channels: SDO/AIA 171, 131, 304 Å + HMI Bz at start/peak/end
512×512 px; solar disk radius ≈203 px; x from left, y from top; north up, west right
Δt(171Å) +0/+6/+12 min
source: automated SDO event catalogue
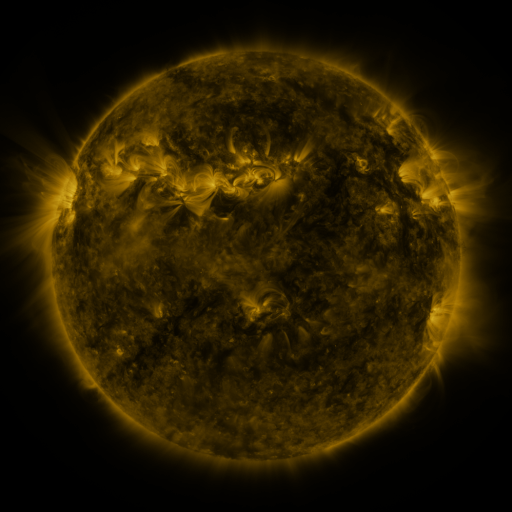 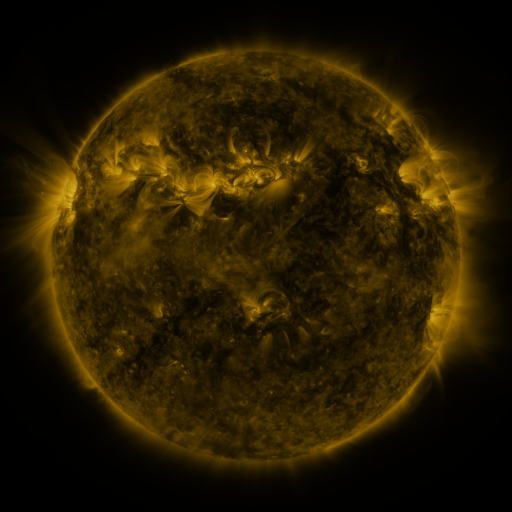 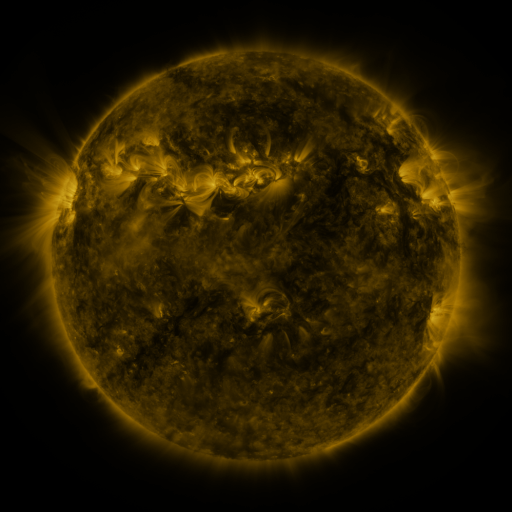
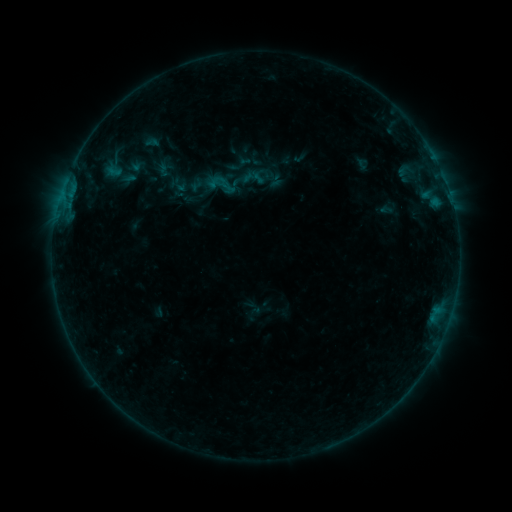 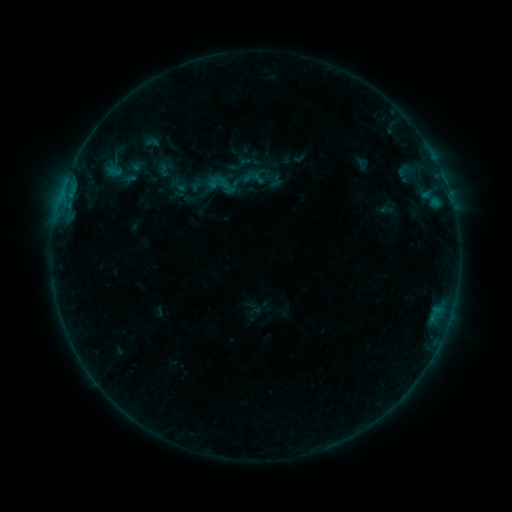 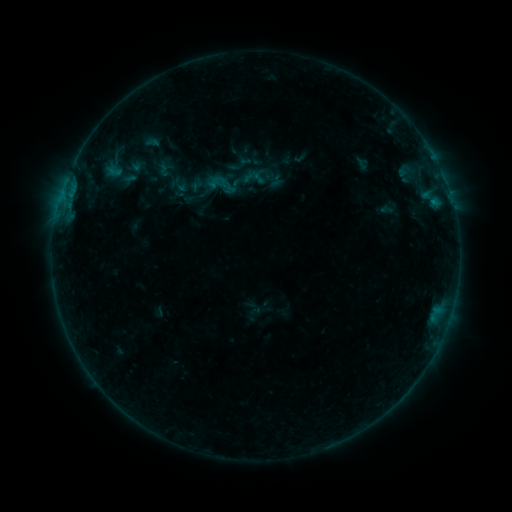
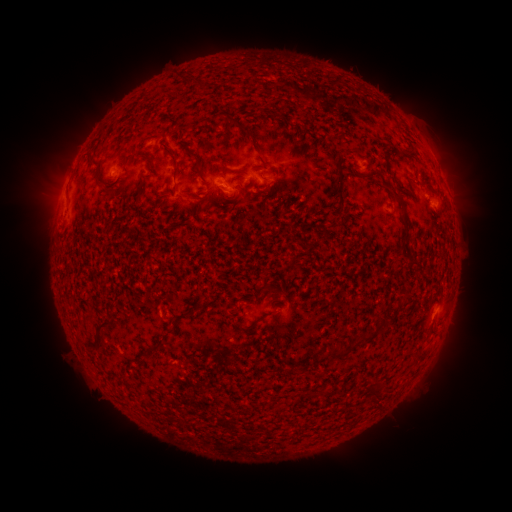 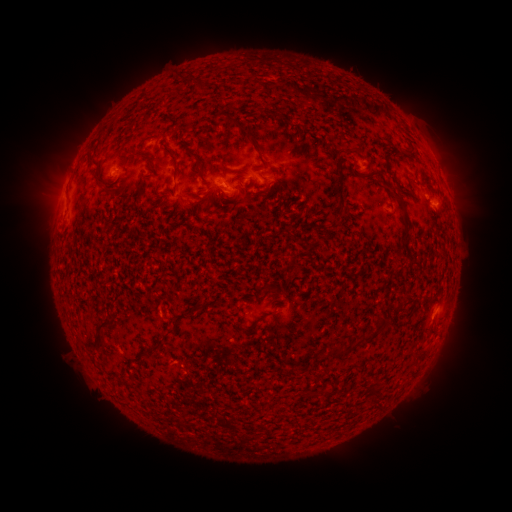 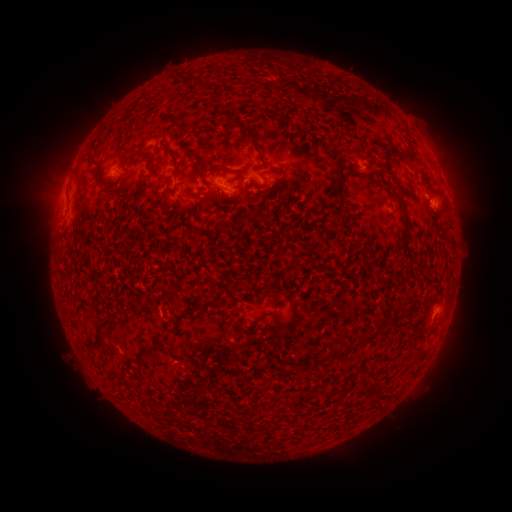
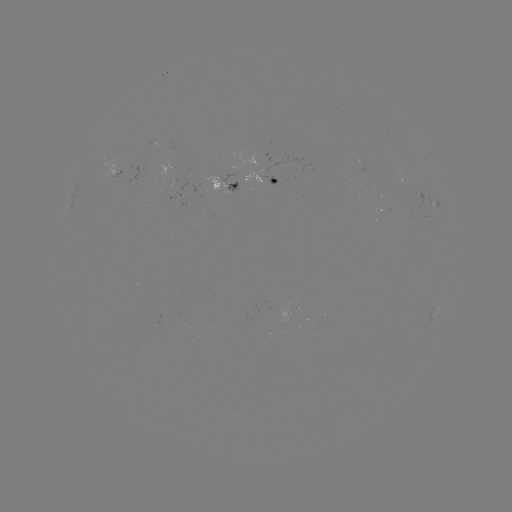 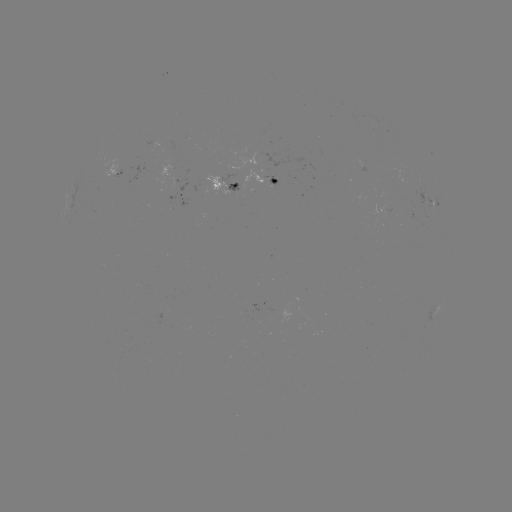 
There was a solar flare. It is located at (434, 204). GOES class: B3.0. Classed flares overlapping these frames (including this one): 1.